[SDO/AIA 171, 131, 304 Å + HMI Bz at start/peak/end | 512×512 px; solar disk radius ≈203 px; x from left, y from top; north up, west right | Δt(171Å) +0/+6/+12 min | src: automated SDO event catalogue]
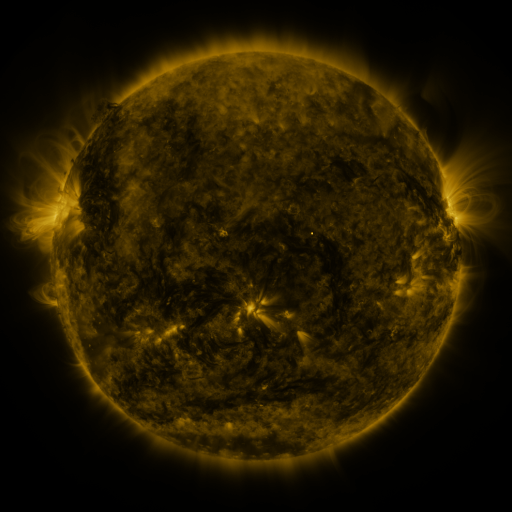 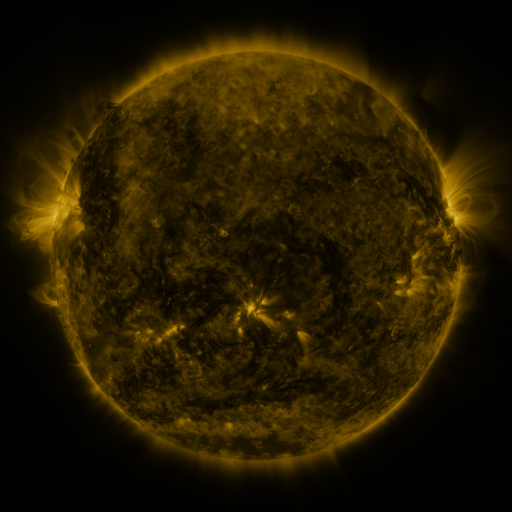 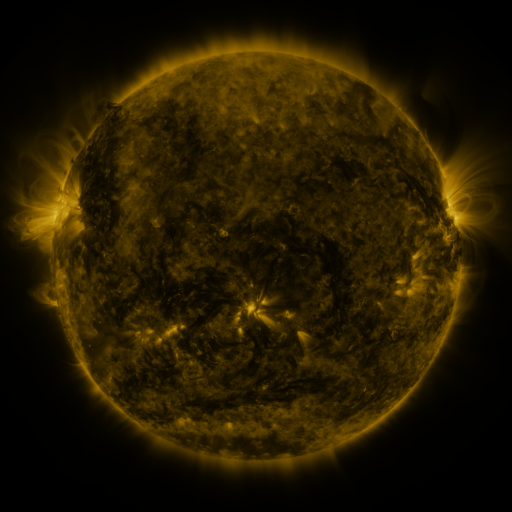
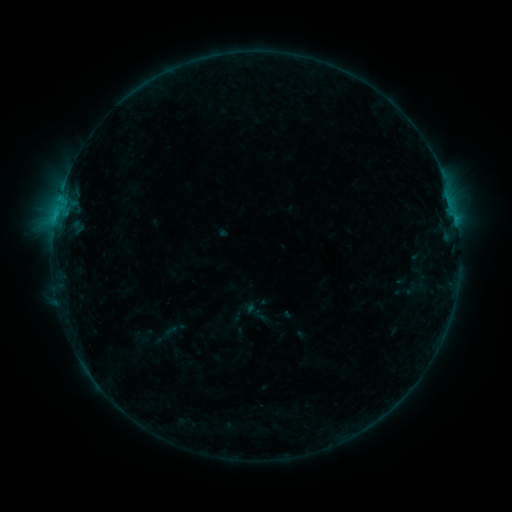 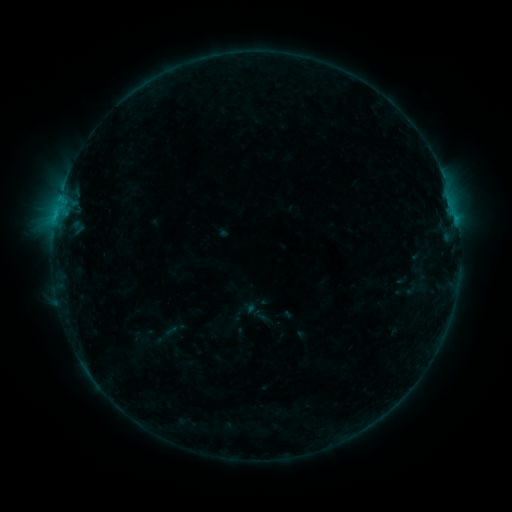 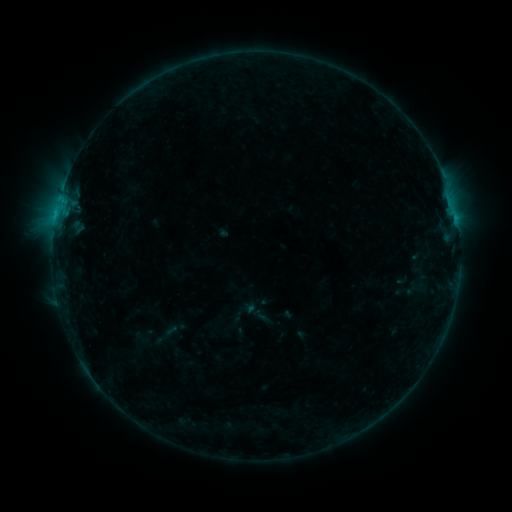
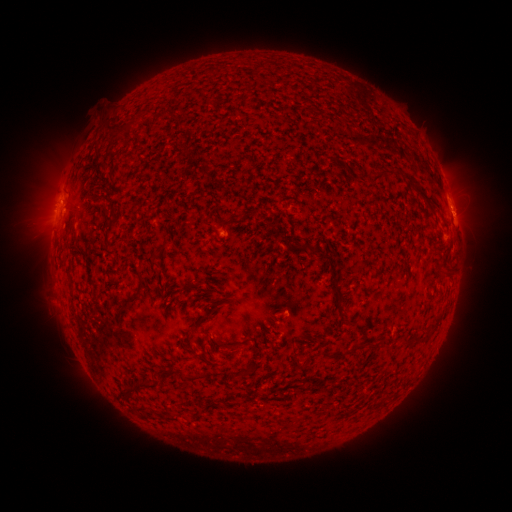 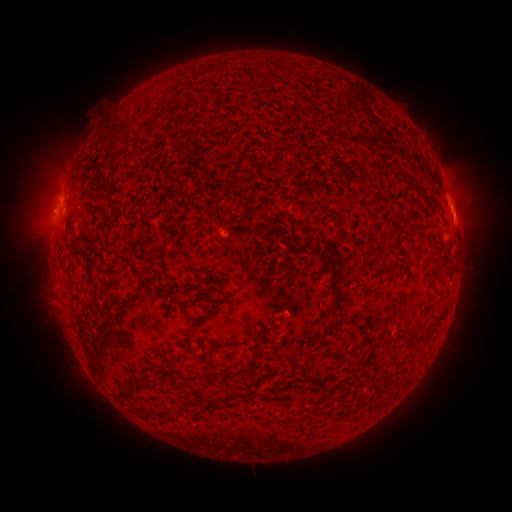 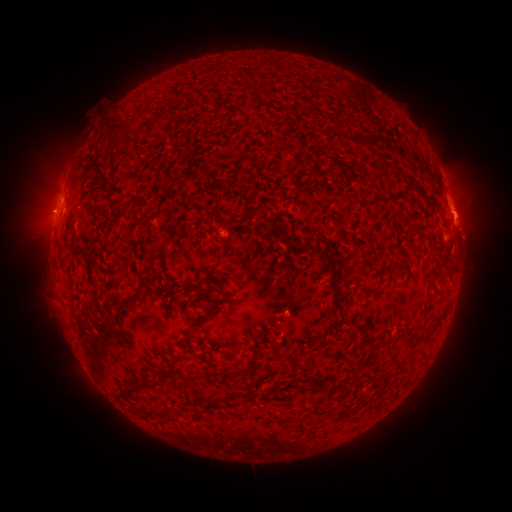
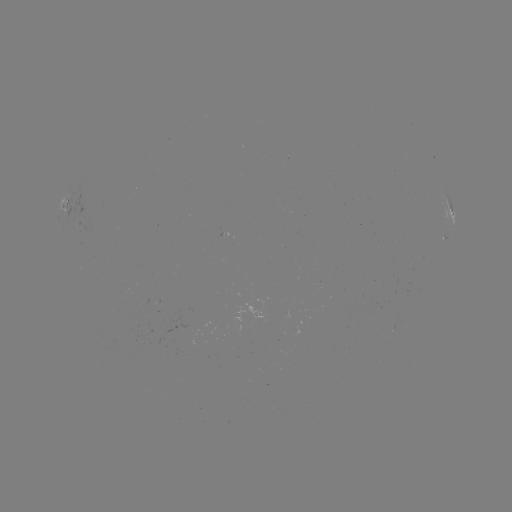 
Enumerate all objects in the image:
B5.8 flare: (56, 217)
